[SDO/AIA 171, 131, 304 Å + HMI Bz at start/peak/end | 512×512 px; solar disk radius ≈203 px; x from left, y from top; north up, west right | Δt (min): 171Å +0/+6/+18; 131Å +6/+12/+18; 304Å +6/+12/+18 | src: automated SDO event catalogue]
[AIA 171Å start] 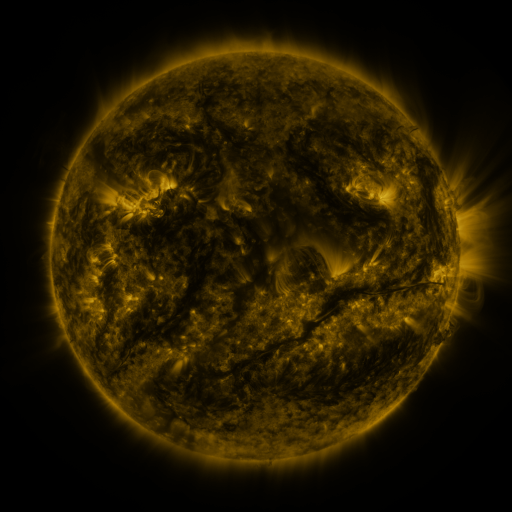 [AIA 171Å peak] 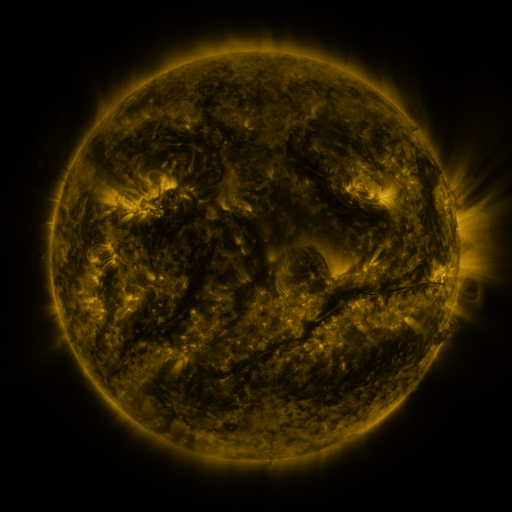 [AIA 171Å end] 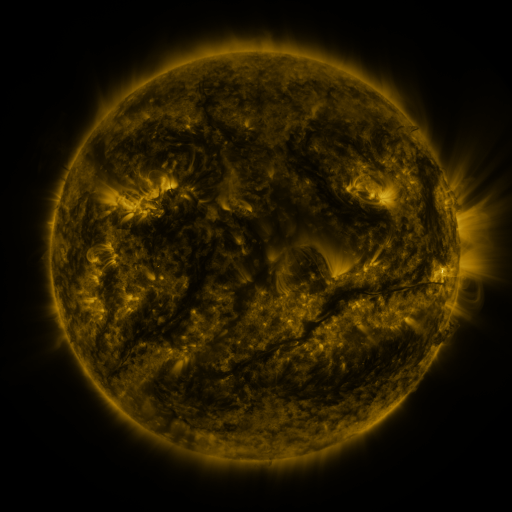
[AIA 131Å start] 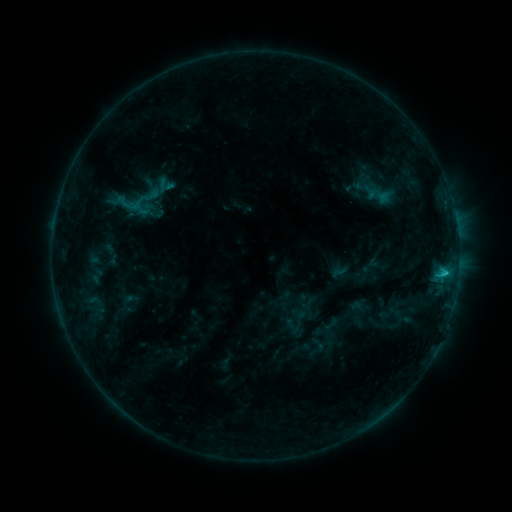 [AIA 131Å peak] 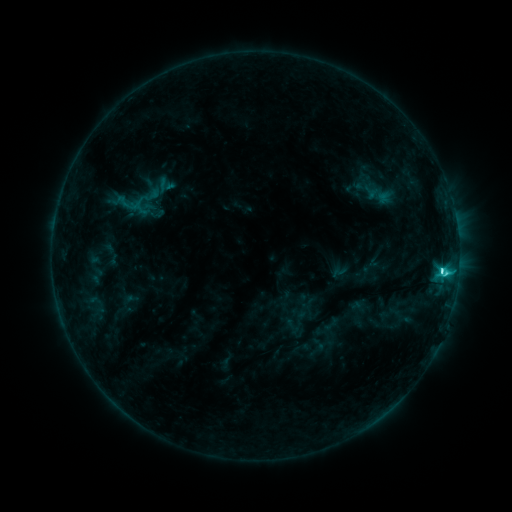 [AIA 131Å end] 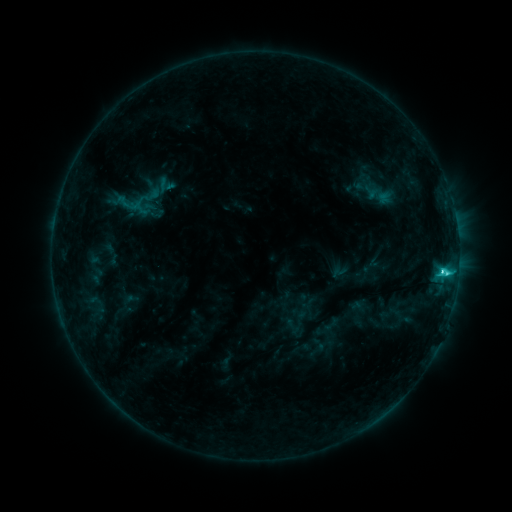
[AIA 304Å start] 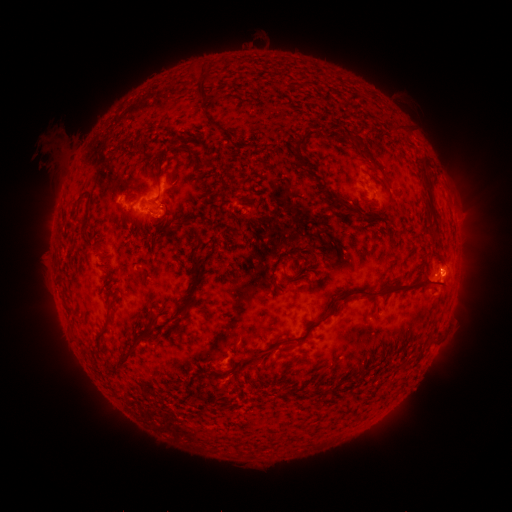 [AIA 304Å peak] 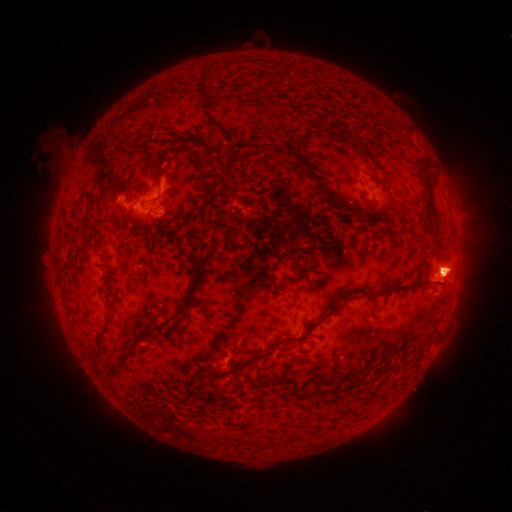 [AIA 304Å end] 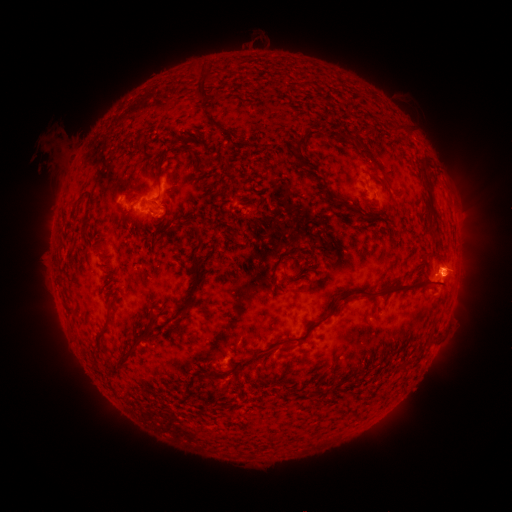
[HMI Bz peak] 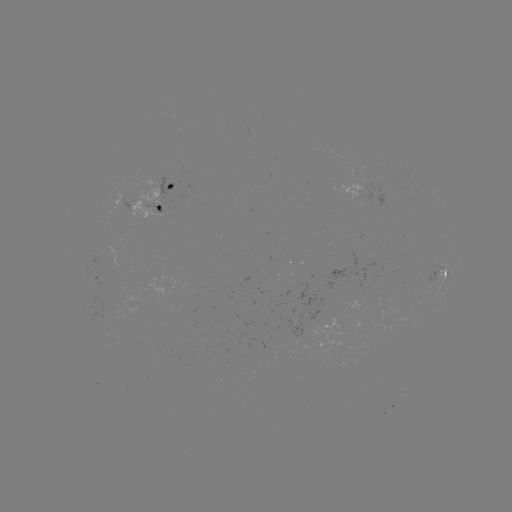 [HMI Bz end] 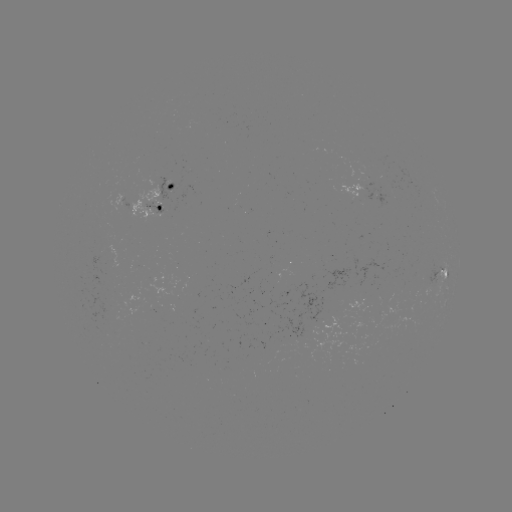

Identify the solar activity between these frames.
eruption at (449, 269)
